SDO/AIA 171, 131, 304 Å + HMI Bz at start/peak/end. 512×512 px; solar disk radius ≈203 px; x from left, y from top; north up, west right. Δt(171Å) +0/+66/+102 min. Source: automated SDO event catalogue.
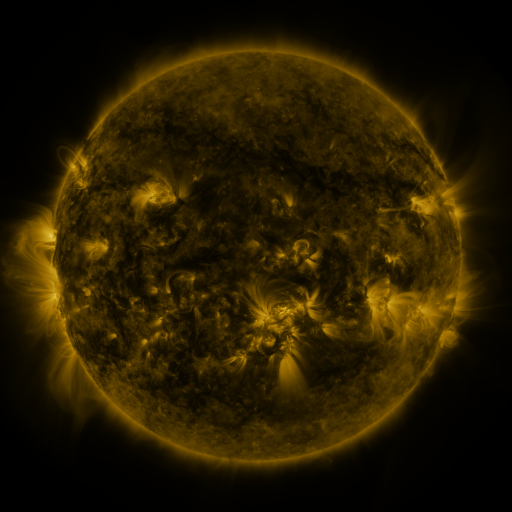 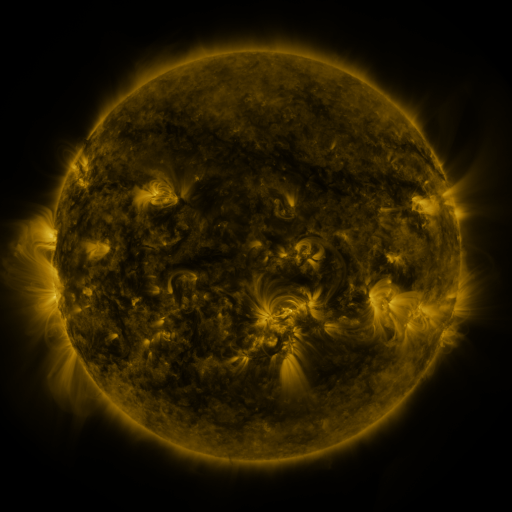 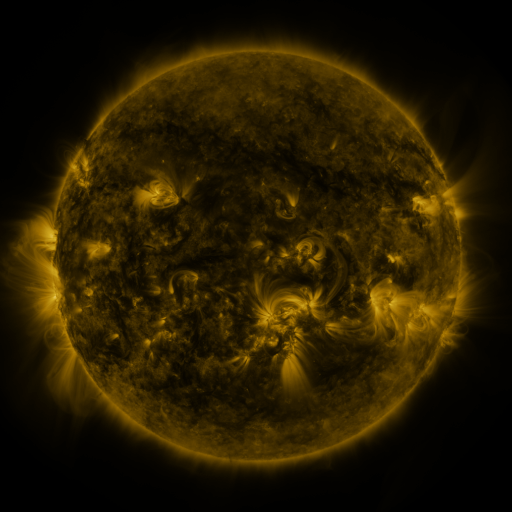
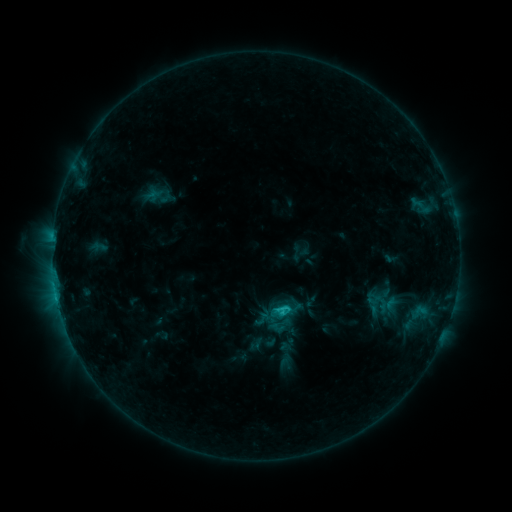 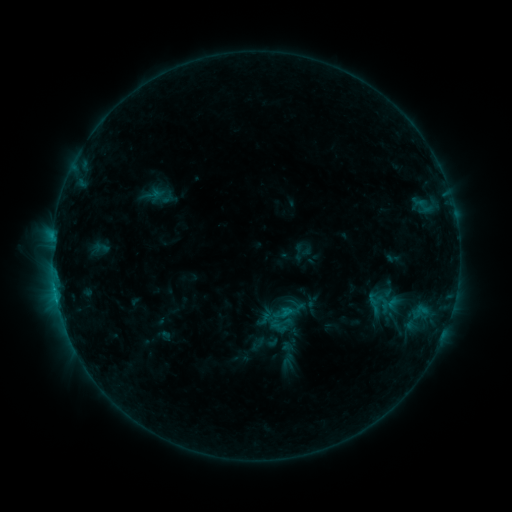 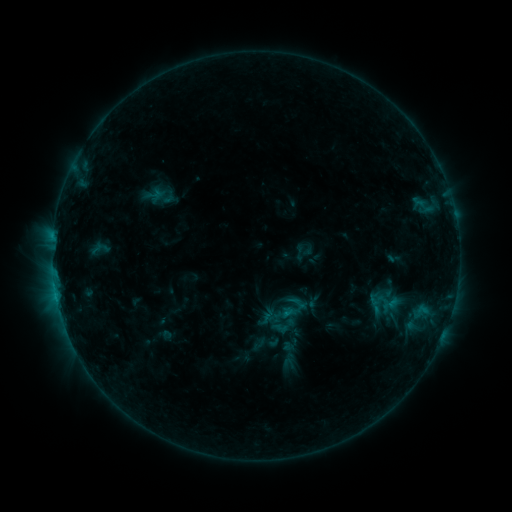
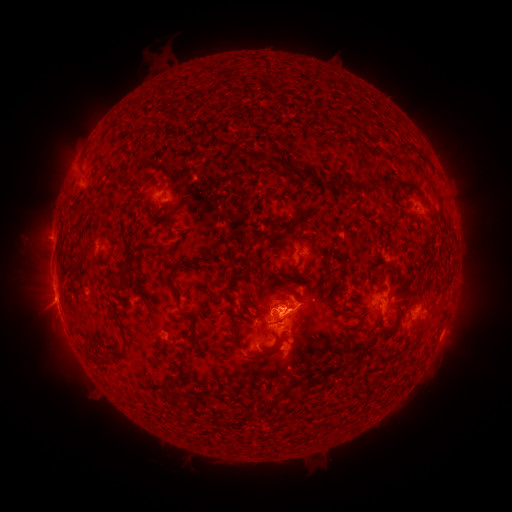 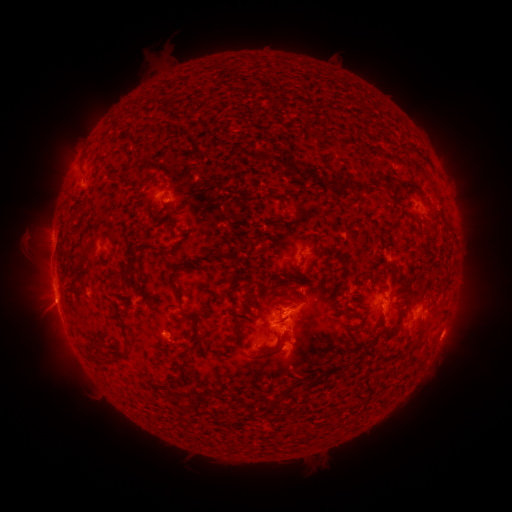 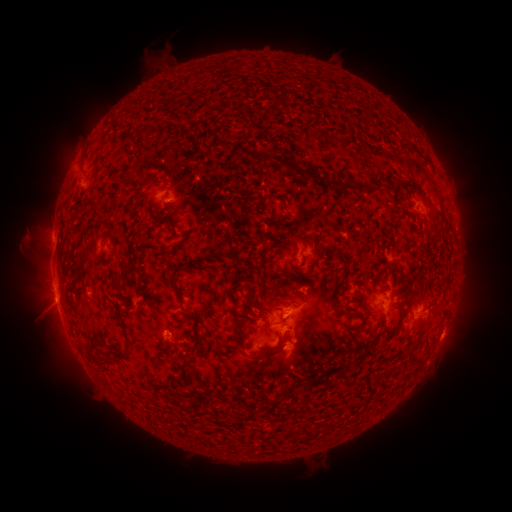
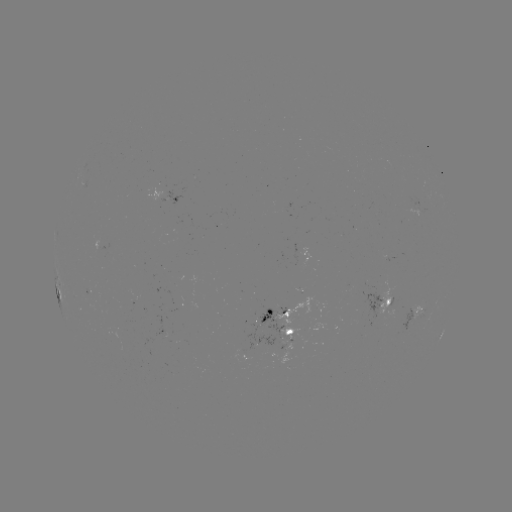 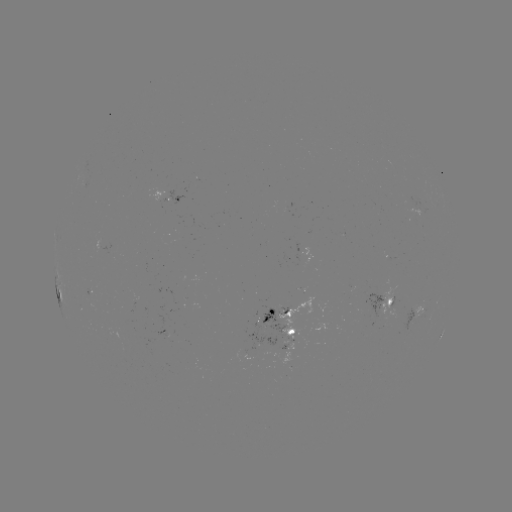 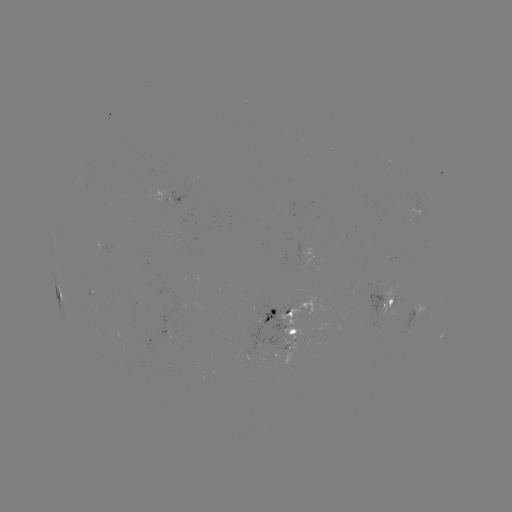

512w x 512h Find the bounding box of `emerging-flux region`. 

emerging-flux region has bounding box [85, 286, 93, 296].